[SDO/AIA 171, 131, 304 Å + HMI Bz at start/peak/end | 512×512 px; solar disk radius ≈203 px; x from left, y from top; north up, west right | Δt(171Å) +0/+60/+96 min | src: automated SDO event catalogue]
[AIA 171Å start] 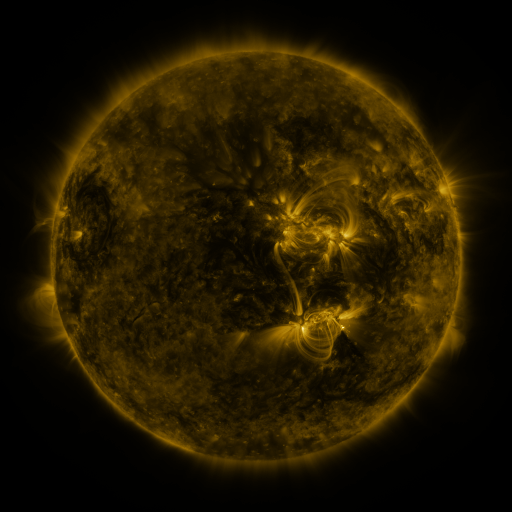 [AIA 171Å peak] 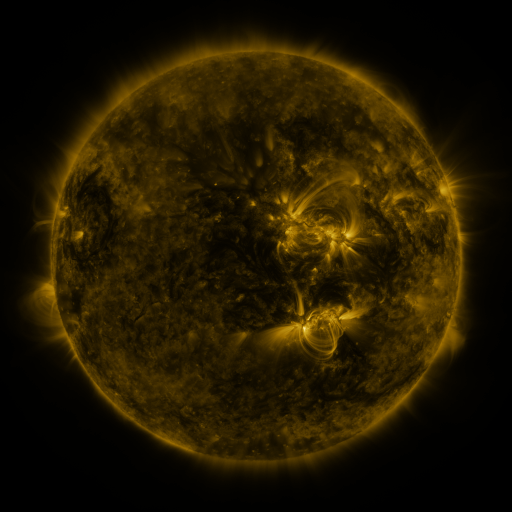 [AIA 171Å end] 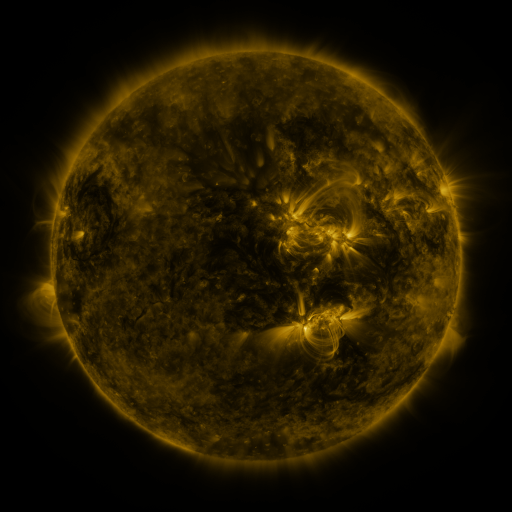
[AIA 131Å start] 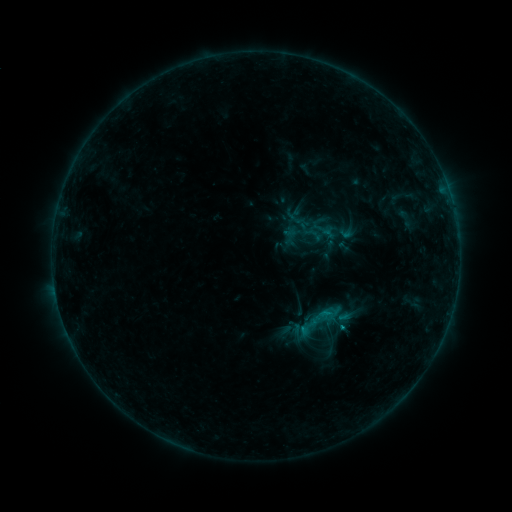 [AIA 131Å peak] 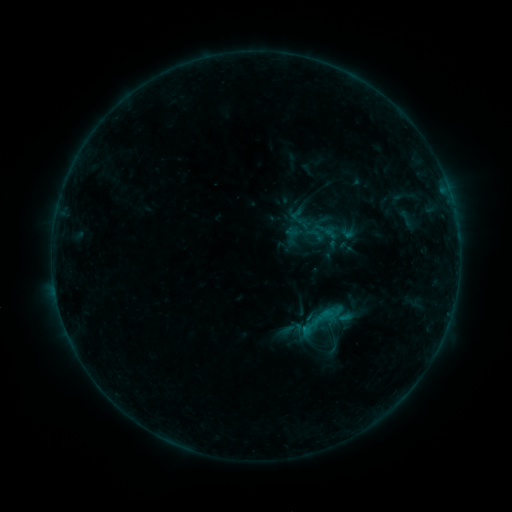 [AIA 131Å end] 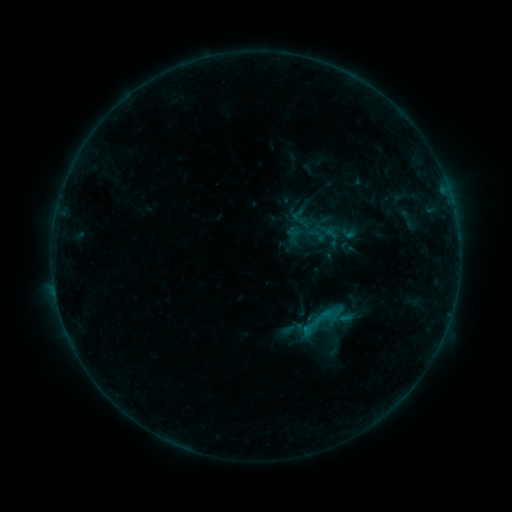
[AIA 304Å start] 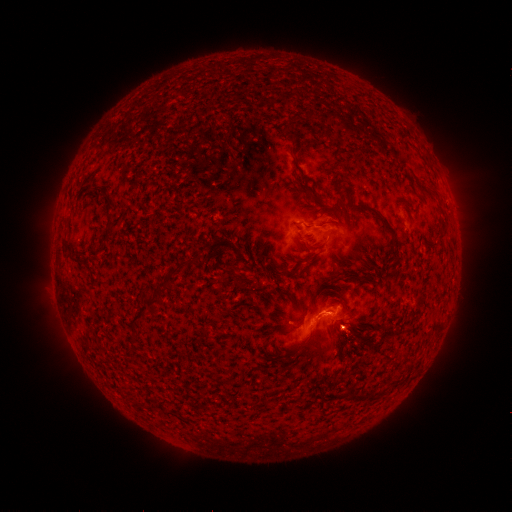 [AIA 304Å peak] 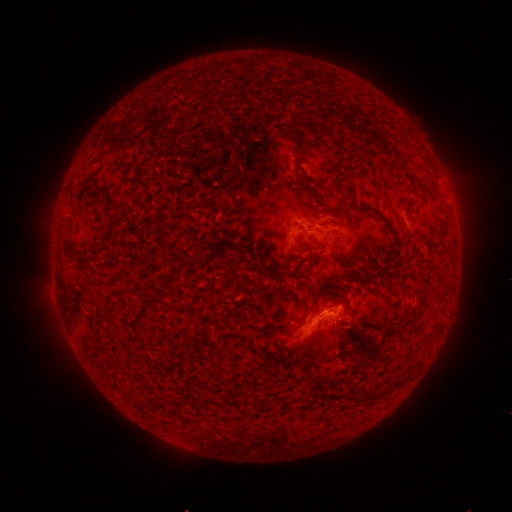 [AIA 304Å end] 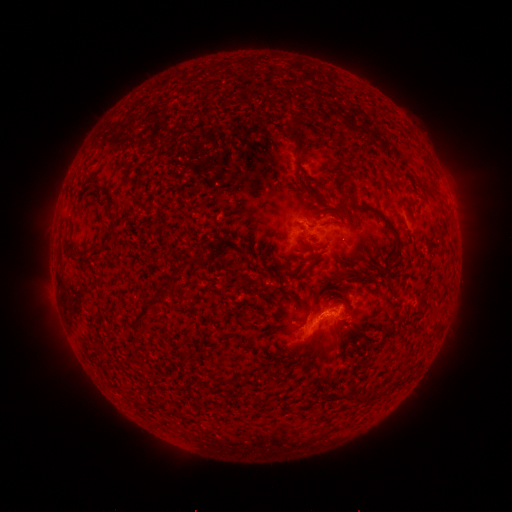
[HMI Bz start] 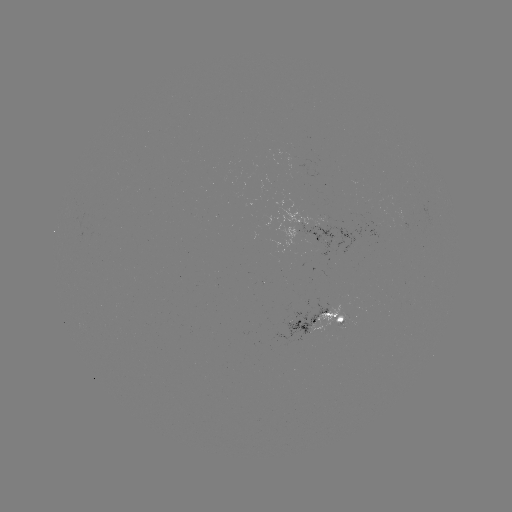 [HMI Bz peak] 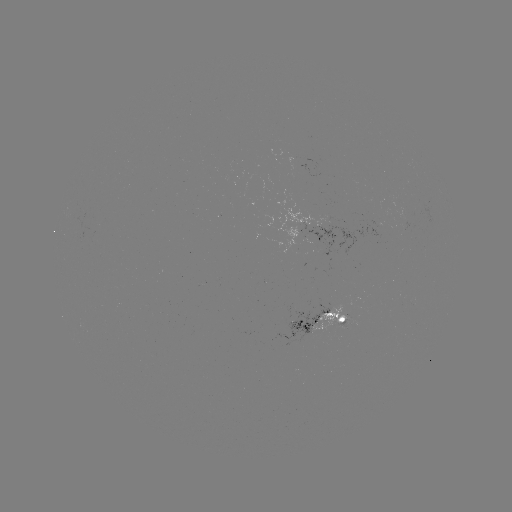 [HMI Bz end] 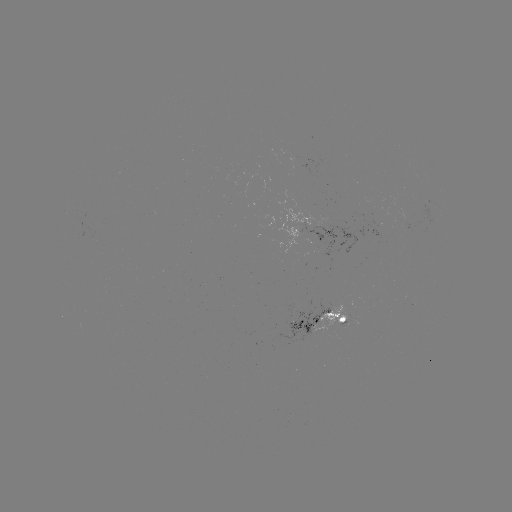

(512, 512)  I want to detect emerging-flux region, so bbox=[338, 321, 352, 329].